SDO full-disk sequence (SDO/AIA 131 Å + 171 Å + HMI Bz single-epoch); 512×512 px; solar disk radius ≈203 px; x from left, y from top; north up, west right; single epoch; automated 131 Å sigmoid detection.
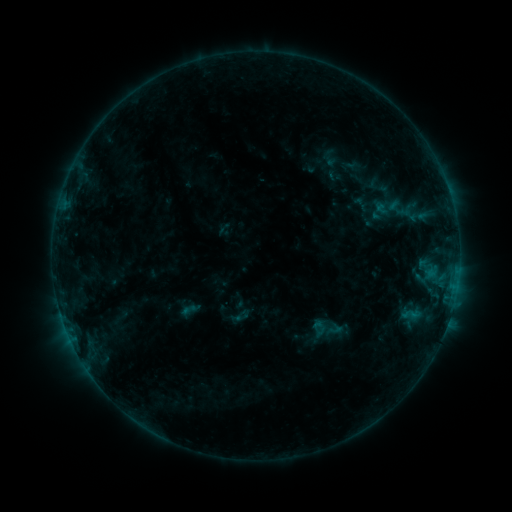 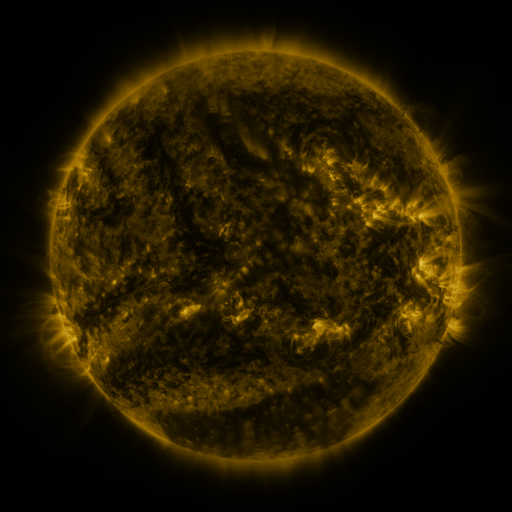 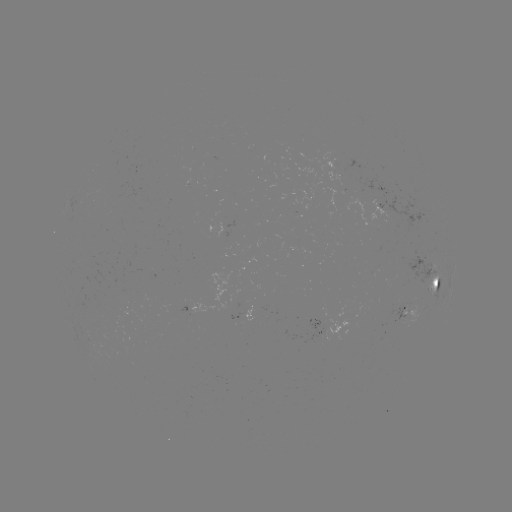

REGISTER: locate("sigmoid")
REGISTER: (387, 207)